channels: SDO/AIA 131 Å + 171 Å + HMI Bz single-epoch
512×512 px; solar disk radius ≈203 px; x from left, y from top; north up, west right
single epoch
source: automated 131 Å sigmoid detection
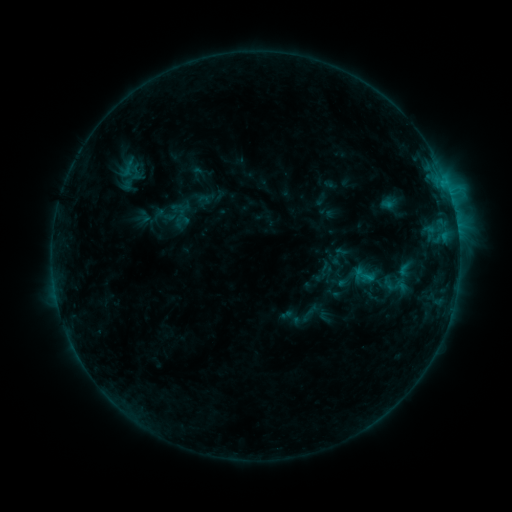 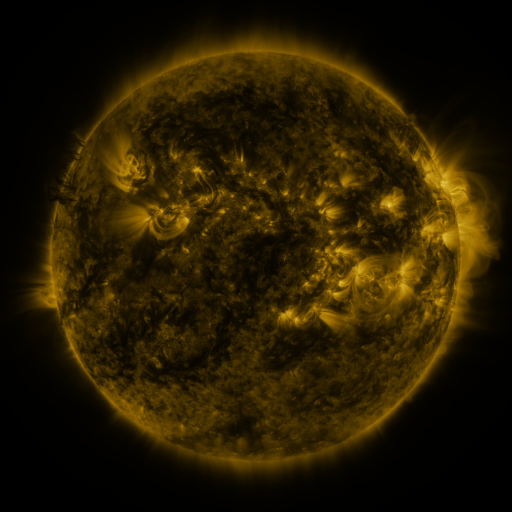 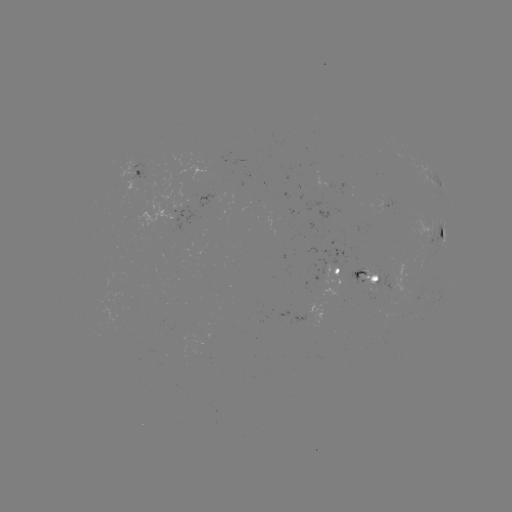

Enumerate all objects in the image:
sigmoid: [117, 159, 137, 180]
sigmoid: [173, 213, 190, 230]
